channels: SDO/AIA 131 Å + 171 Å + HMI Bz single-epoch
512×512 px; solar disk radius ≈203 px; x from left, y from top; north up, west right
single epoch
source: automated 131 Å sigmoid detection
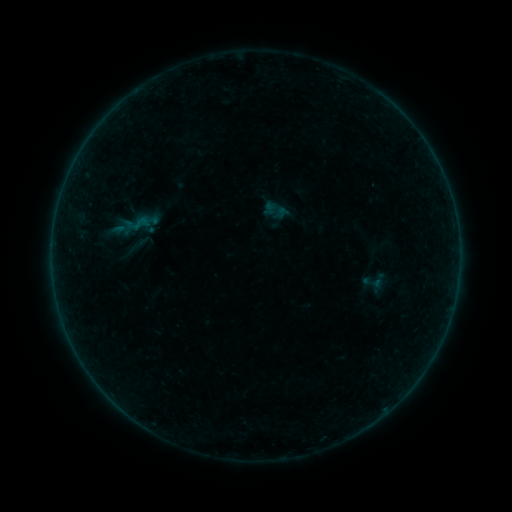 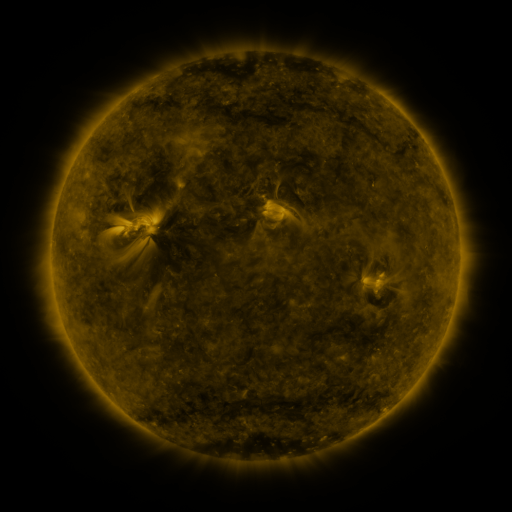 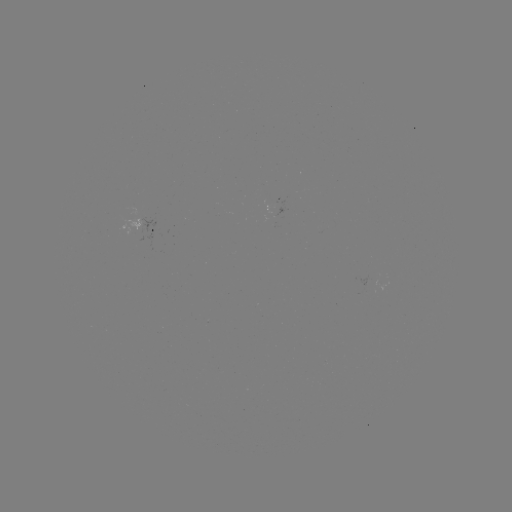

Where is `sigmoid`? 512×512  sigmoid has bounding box [263, 198, 287, 221].